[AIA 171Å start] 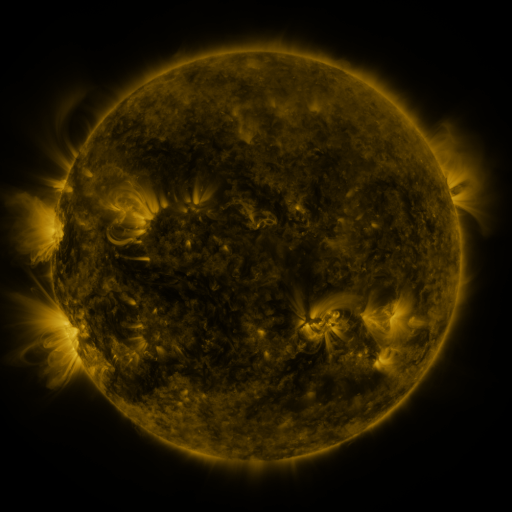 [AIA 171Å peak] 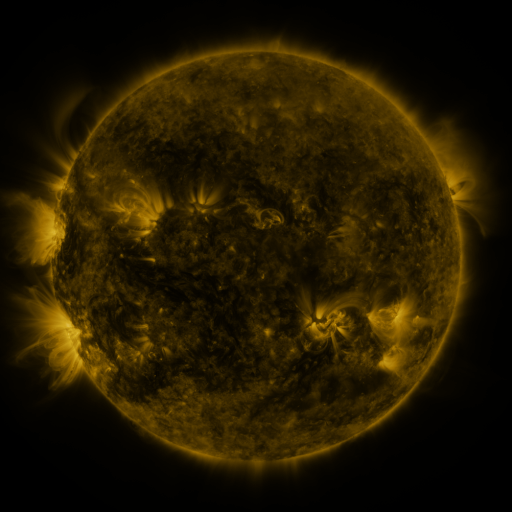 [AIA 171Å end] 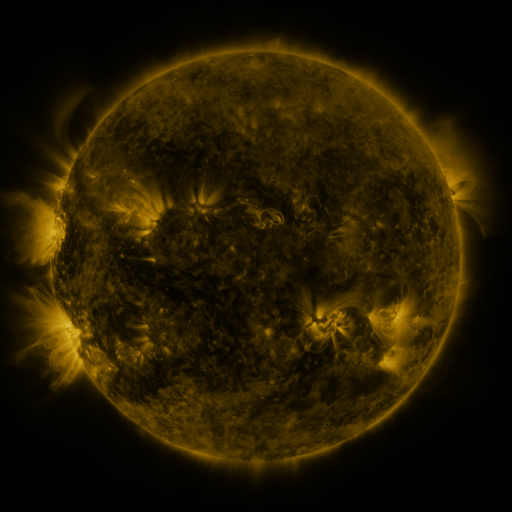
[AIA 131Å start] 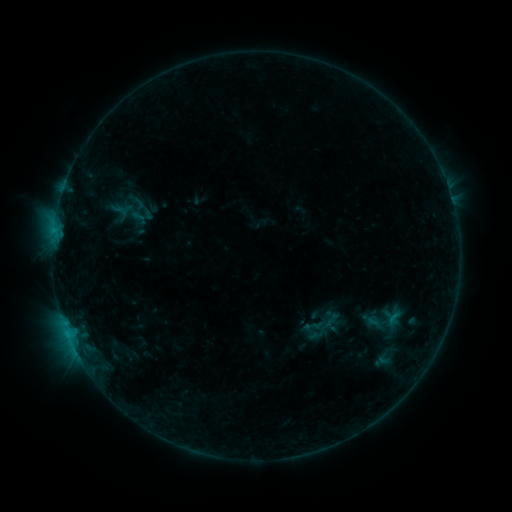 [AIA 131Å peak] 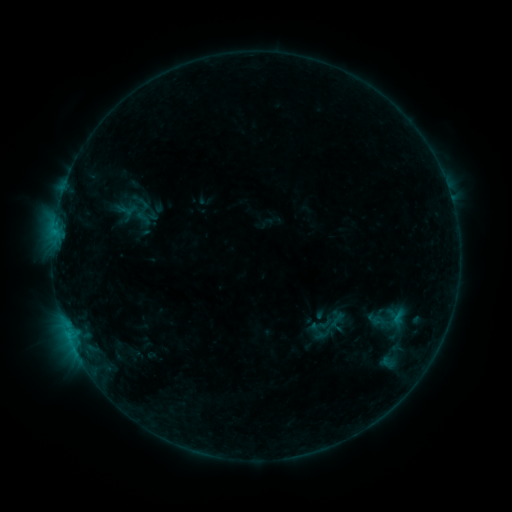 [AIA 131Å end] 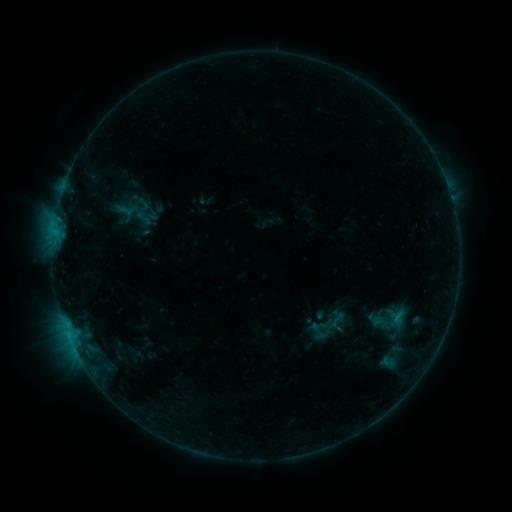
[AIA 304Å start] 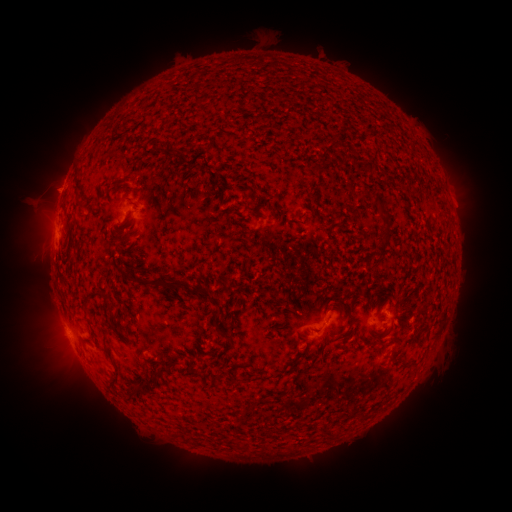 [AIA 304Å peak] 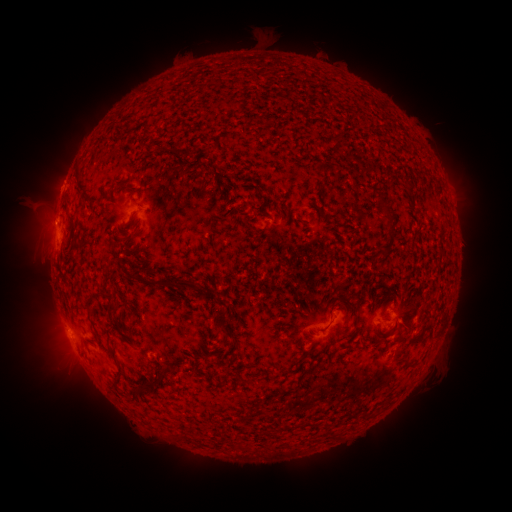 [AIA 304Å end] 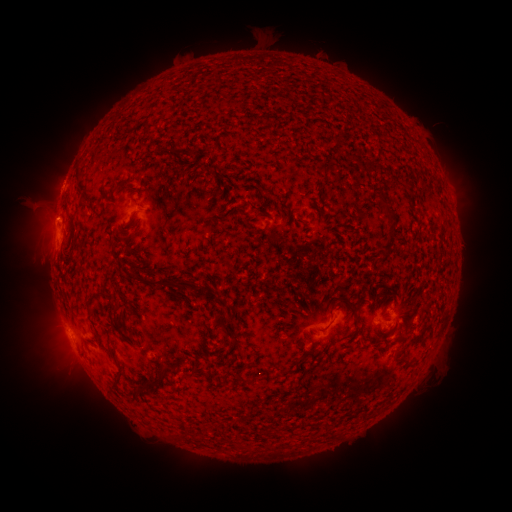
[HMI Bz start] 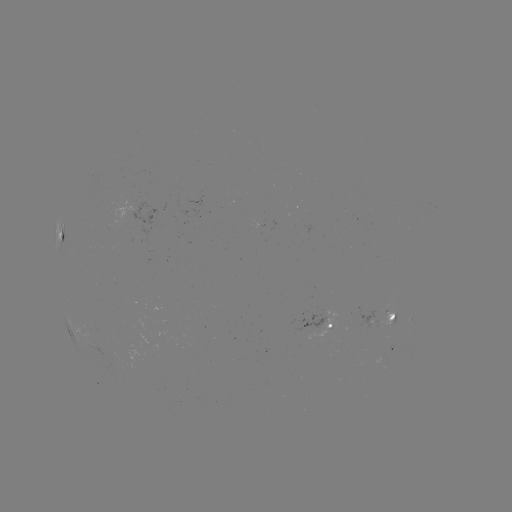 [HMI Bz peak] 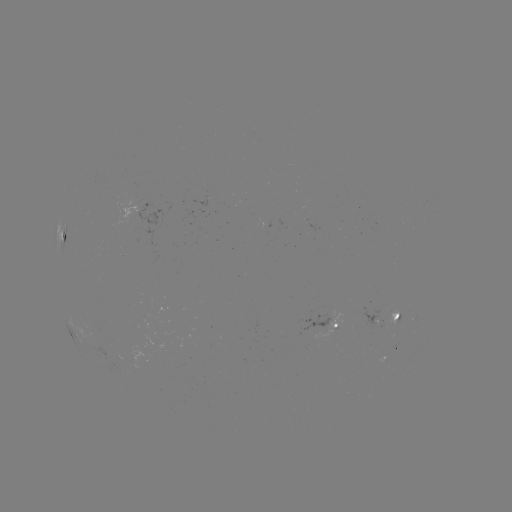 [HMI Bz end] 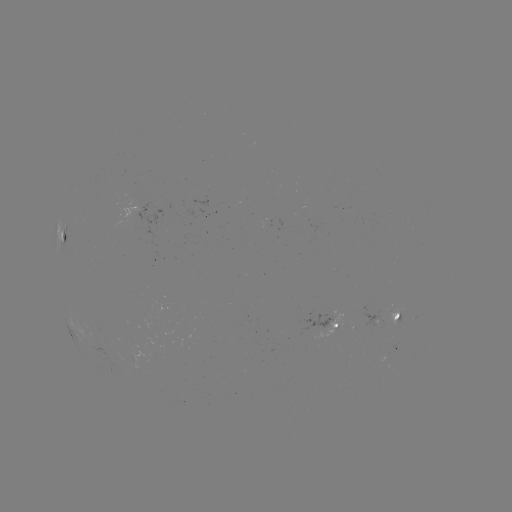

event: emerging-flux region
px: (393, 321)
